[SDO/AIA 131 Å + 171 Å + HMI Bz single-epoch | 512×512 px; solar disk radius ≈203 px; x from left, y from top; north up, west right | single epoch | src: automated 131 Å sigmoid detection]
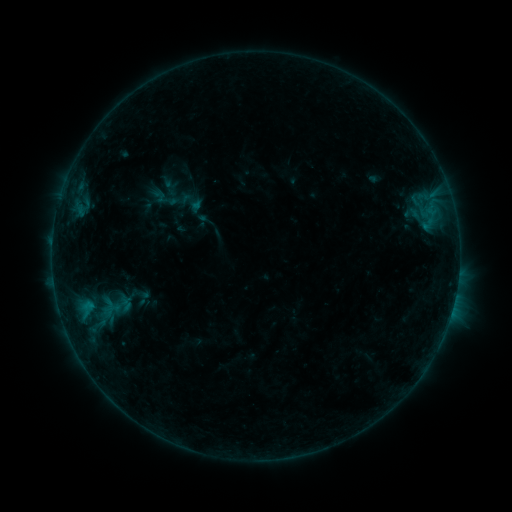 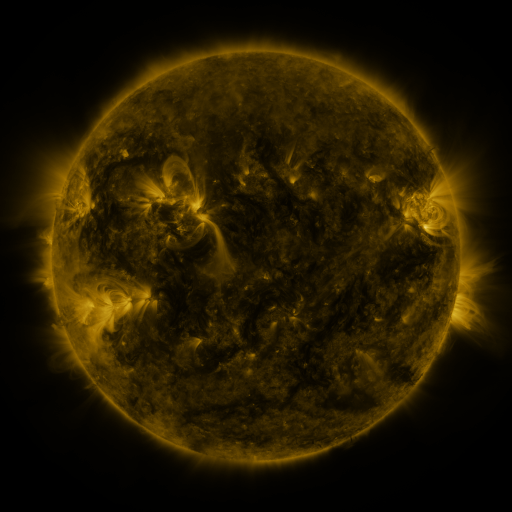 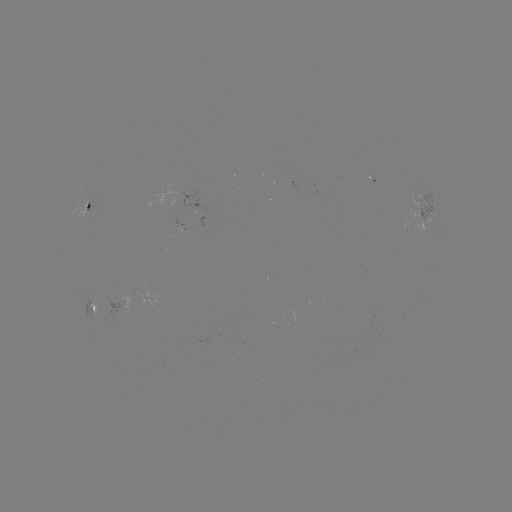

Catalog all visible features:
sigmoid: (161, 196)
sigmoid: (109, 305)
